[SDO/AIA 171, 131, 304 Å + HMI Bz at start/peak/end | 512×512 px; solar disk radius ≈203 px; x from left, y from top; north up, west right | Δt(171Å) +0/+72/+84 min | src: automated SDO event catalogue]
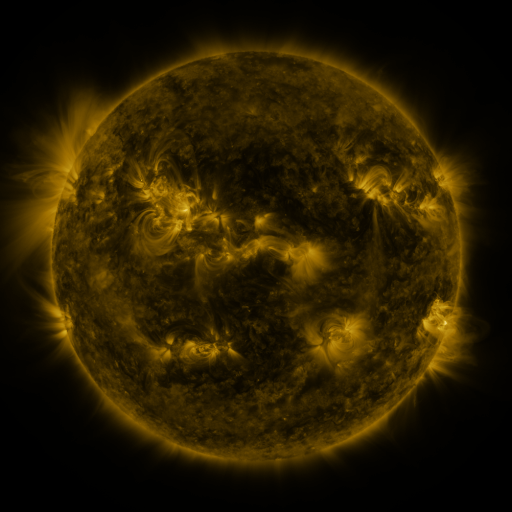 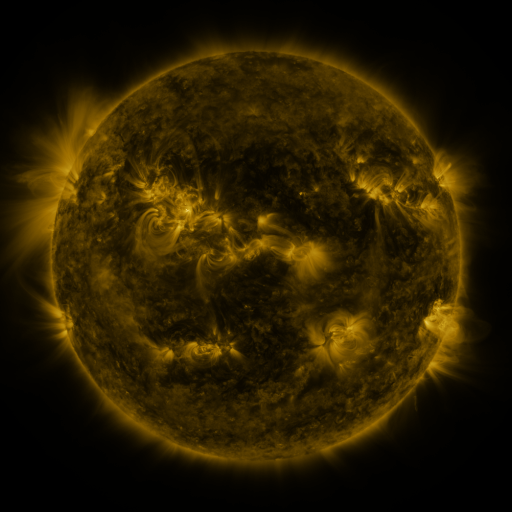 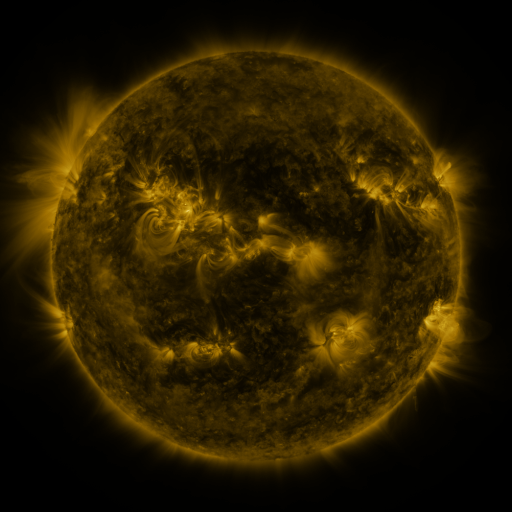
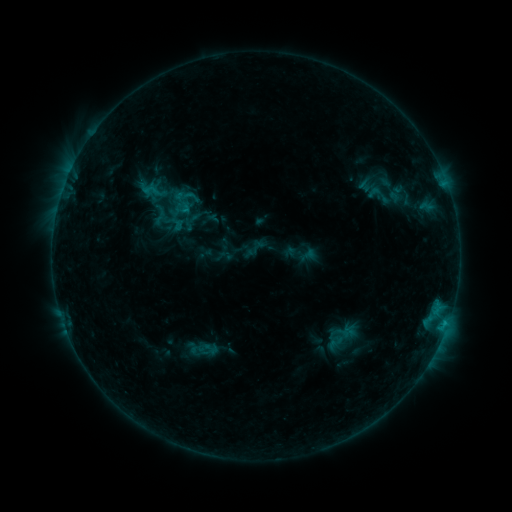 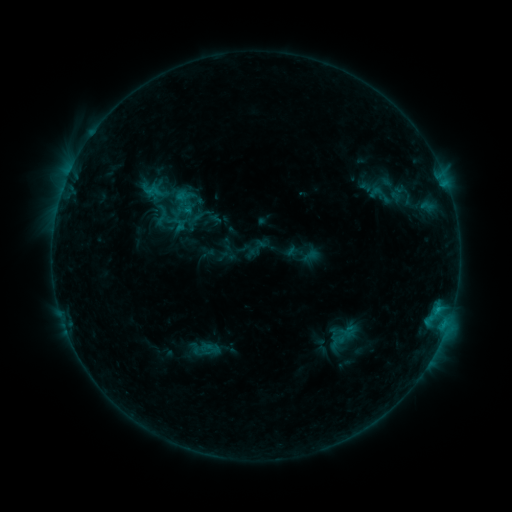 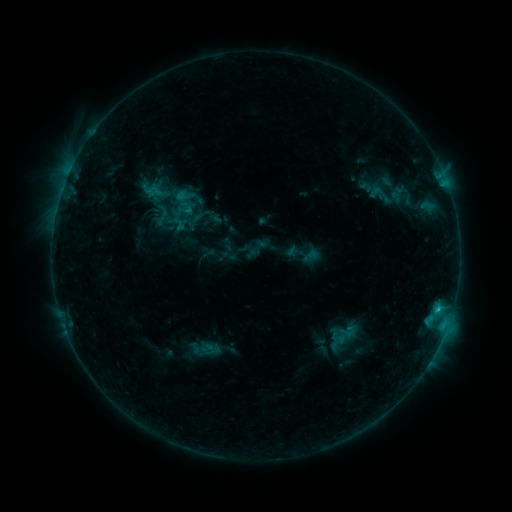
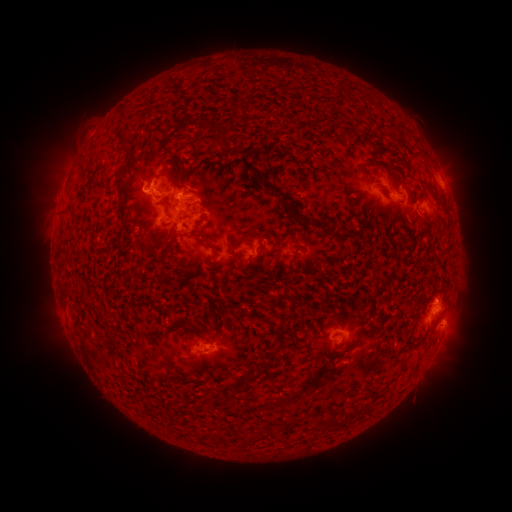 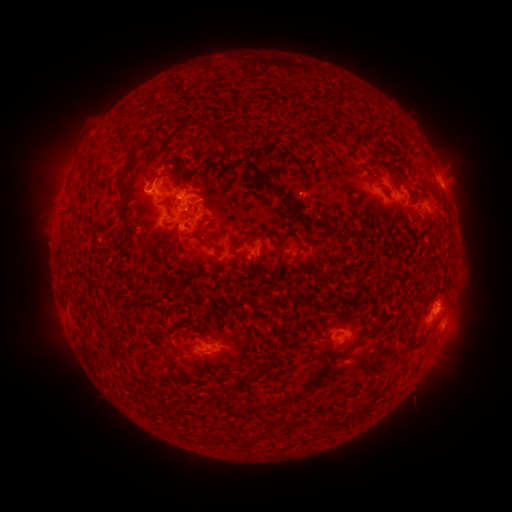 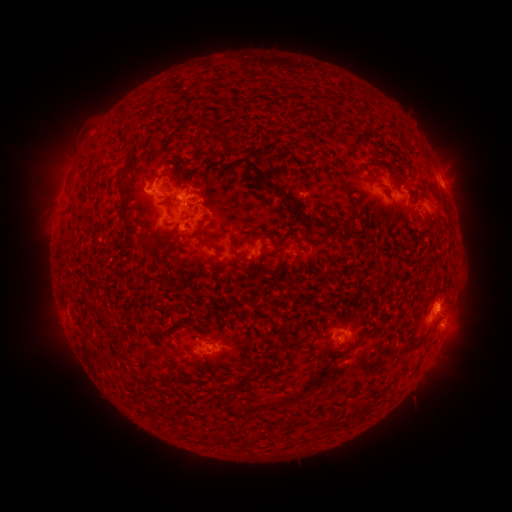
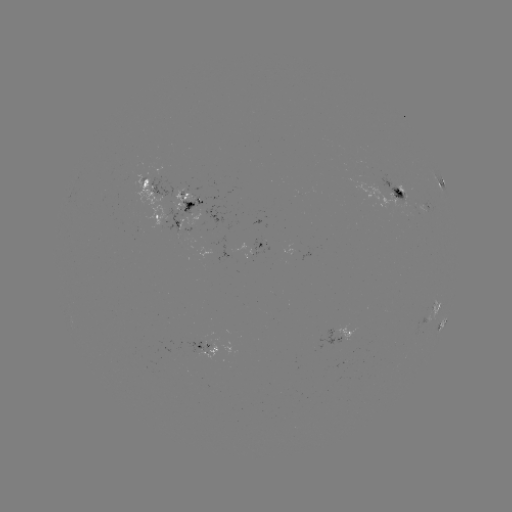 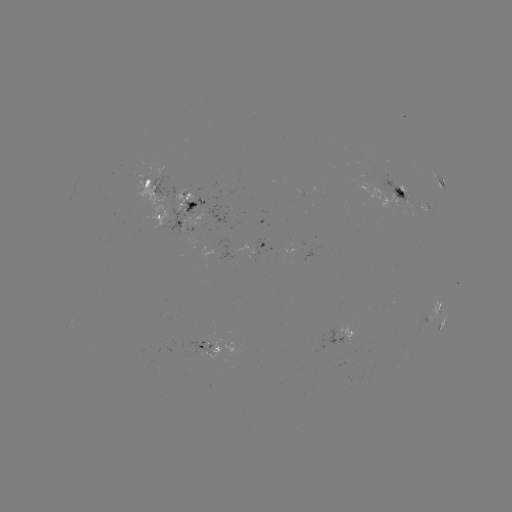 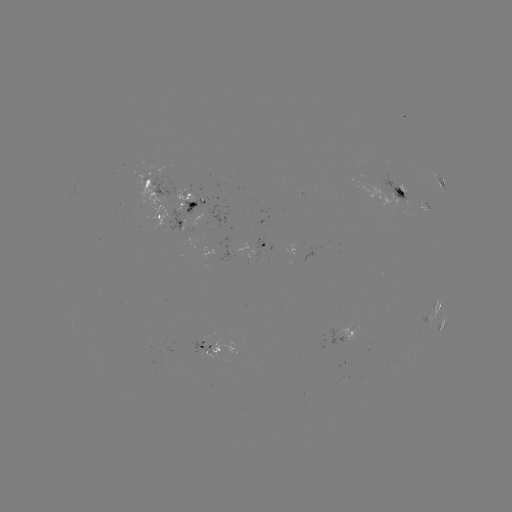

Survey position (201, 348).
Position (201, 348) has emerging-flux region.